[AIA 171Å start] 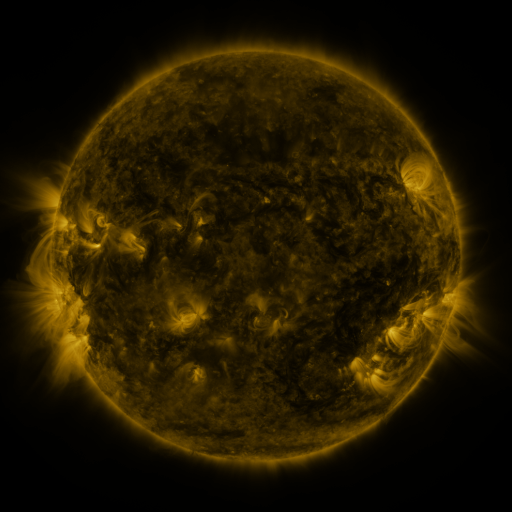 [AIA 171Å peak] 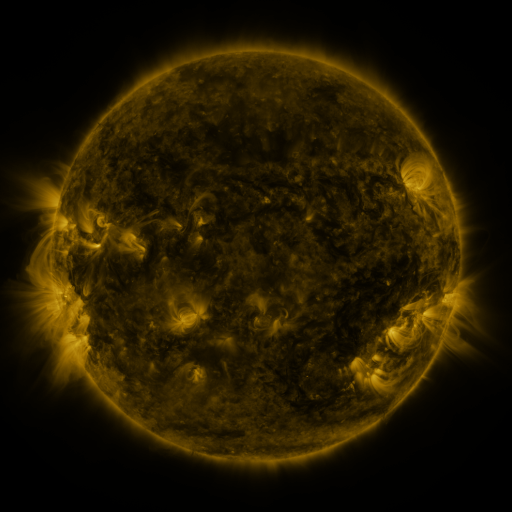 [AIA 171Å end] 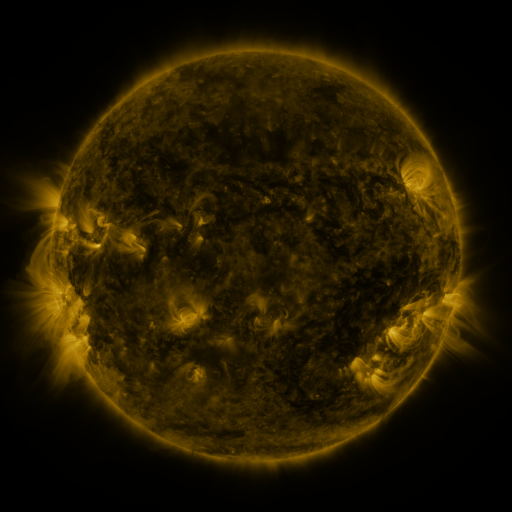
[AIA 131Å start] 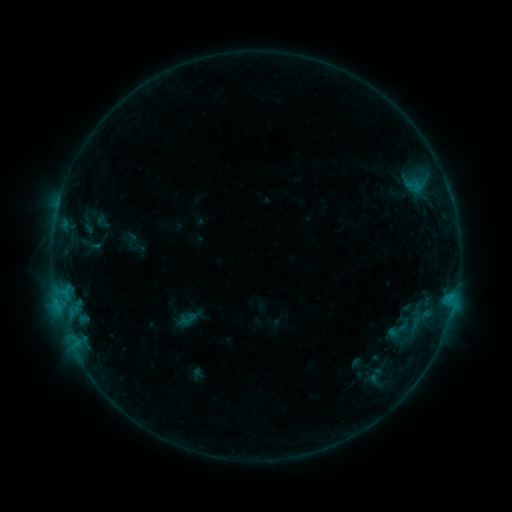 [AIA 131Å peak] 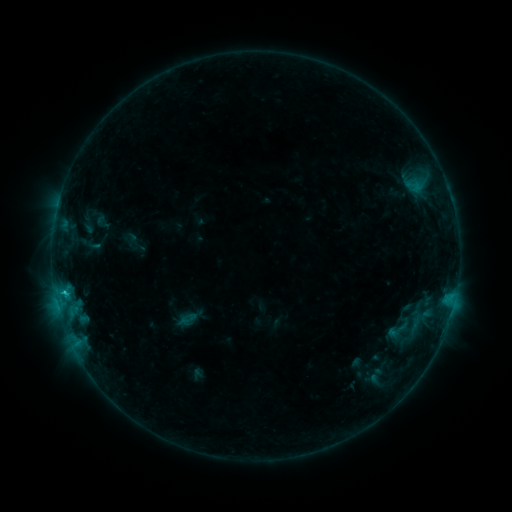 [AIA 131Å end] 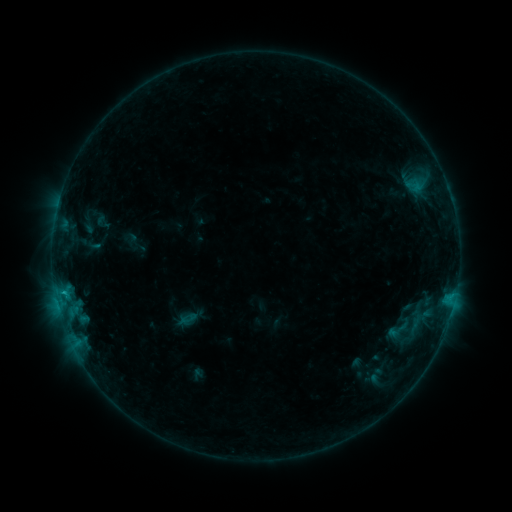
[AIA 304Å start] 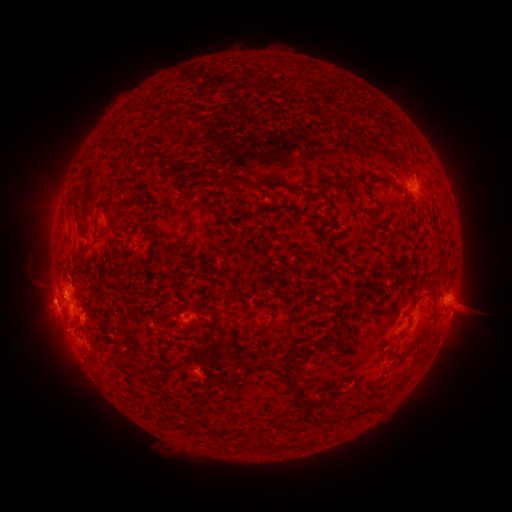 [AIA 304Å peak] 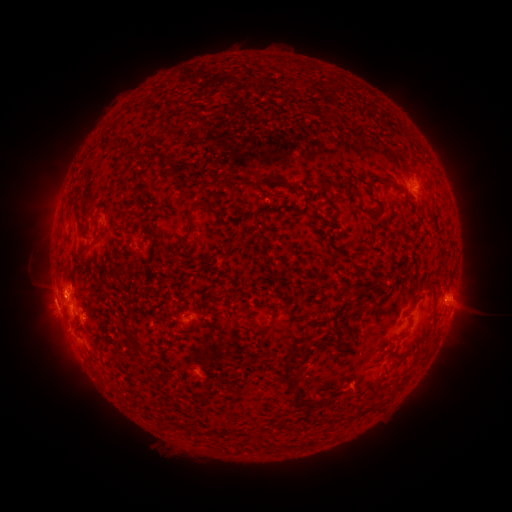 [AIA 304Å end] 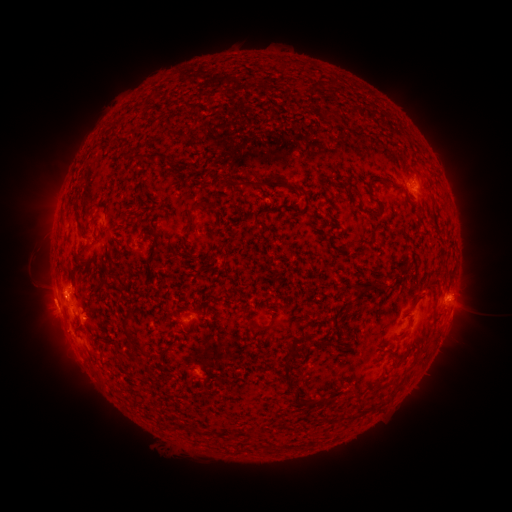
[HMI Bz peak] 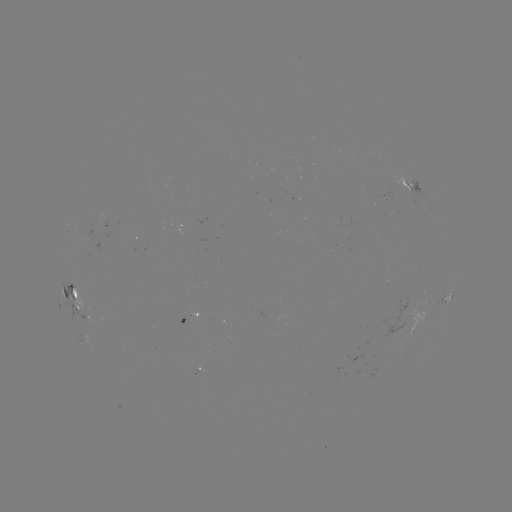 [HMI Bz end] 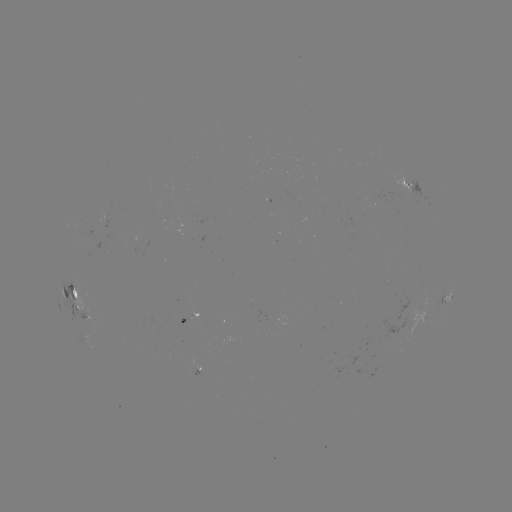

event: flare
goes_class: B8.7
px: (65, 291)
